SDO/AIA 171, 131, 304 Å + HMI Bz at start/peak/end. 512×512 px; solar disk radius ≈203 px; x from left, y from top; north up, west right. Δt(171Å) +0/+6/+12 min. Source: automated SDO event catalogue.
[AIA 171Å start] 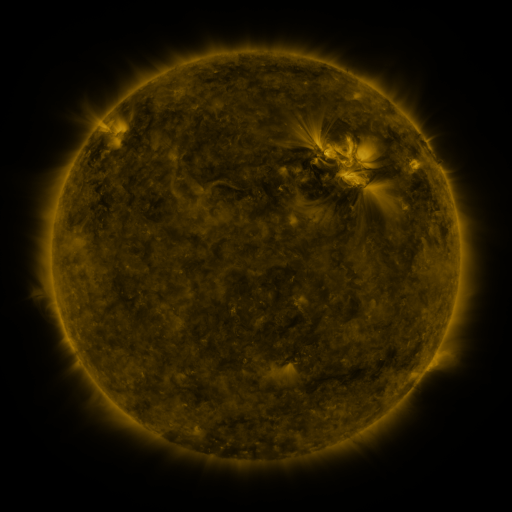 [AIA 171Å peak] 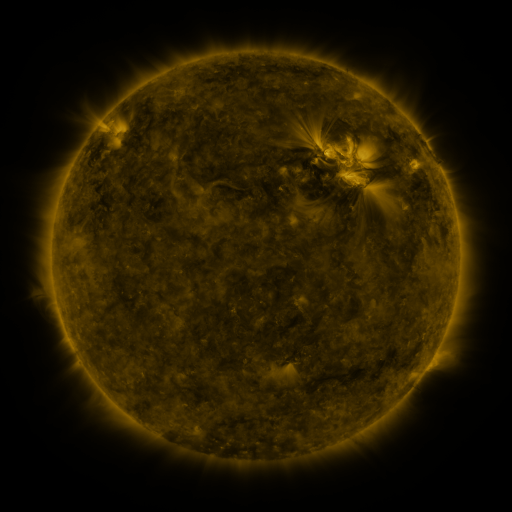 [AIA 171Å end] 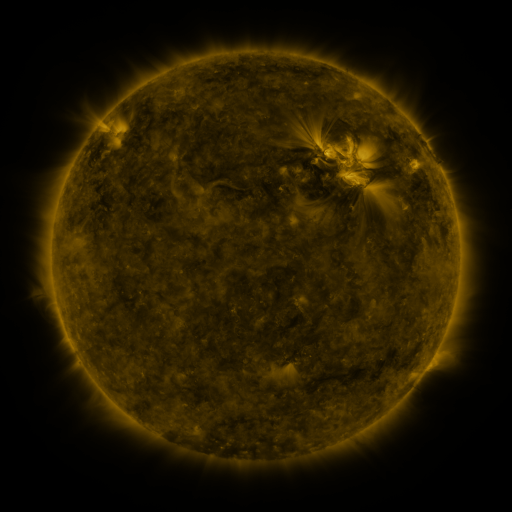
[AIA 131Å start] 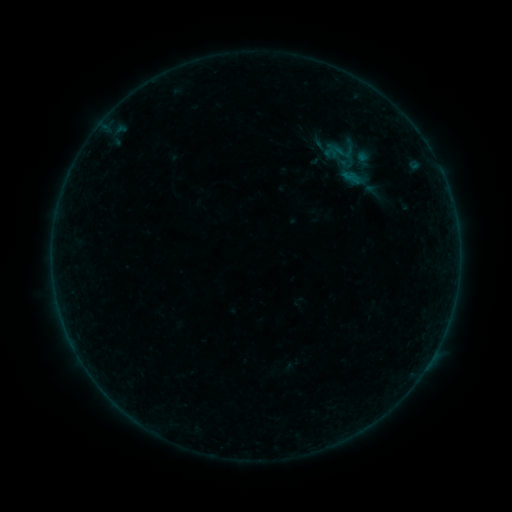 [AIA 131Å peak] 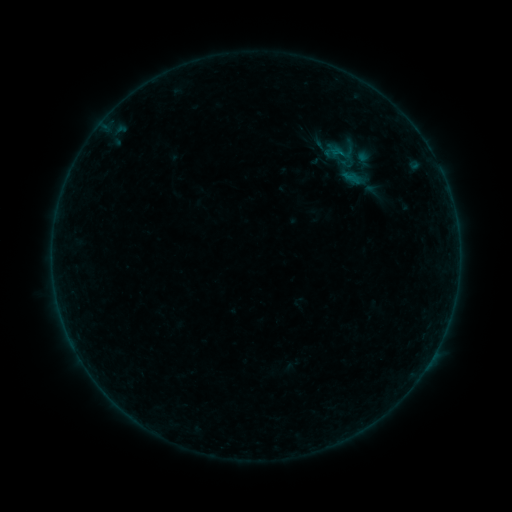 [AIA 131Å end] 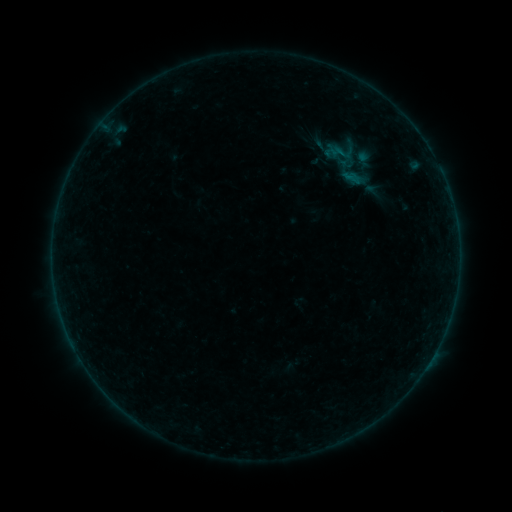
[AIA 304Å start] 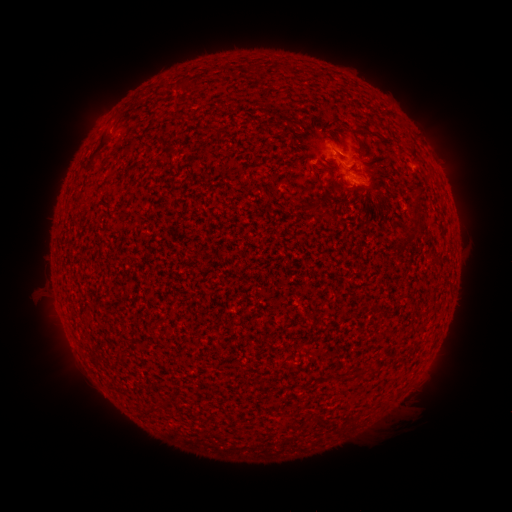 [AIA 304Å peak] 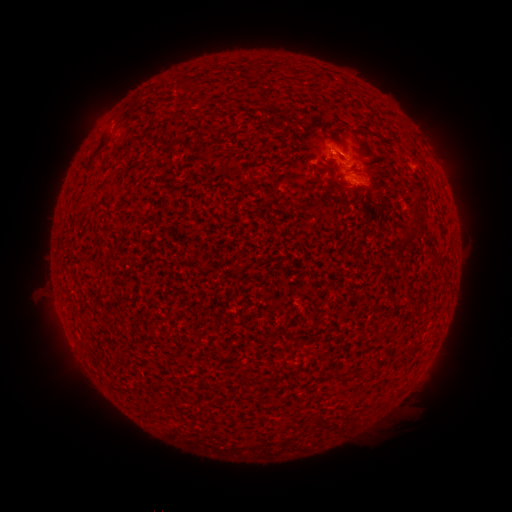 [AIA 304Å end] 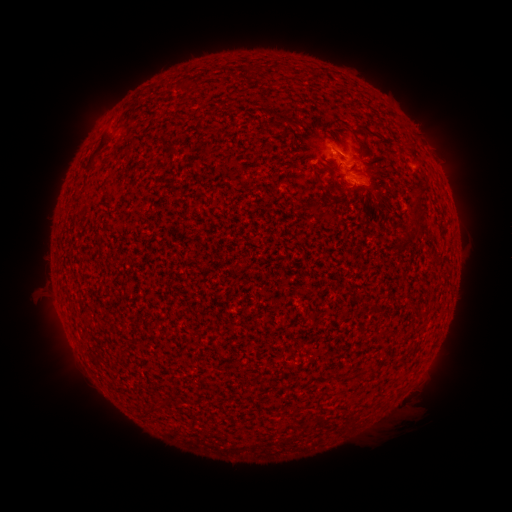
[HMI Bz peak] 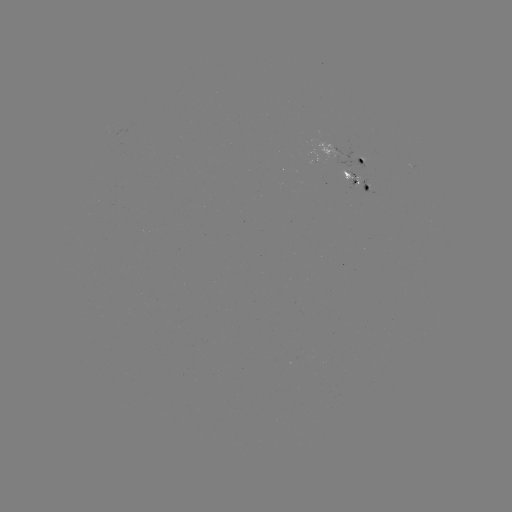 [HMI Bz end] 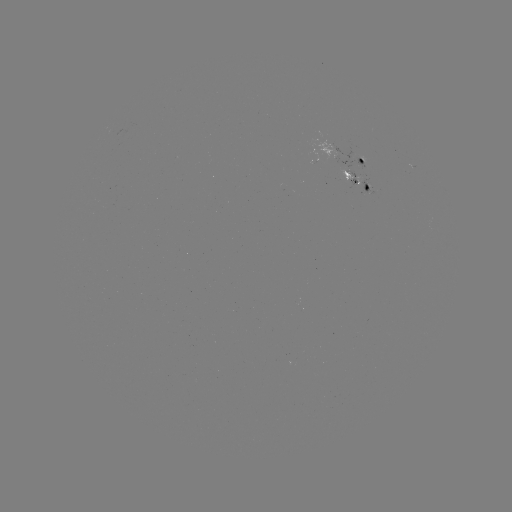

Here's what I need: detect B1.6 flare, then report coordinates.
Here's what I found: B1.6 flare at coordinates [339, 154].